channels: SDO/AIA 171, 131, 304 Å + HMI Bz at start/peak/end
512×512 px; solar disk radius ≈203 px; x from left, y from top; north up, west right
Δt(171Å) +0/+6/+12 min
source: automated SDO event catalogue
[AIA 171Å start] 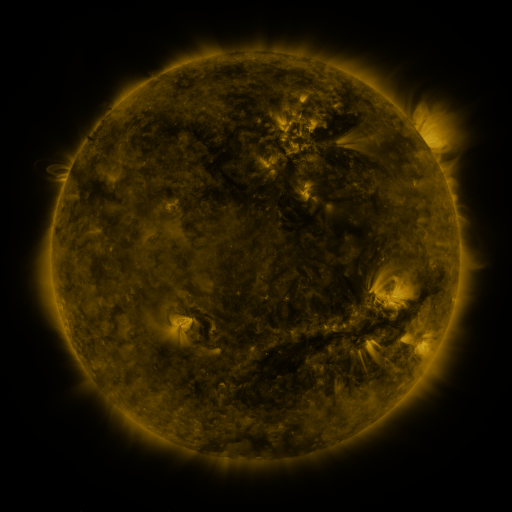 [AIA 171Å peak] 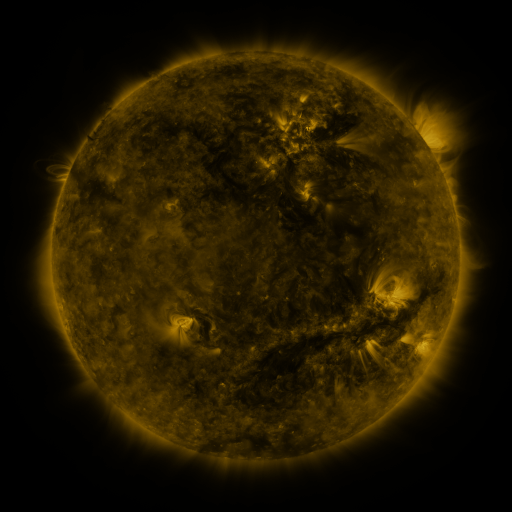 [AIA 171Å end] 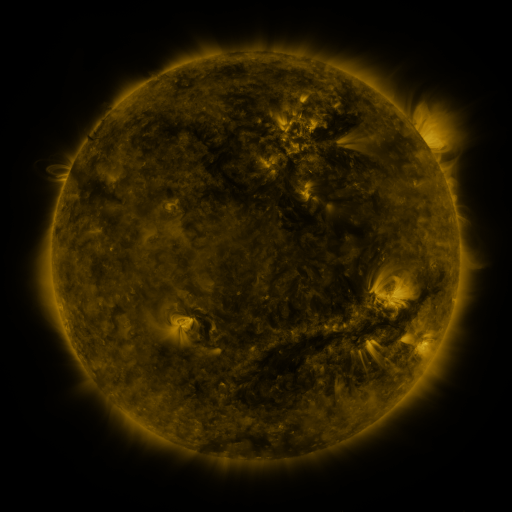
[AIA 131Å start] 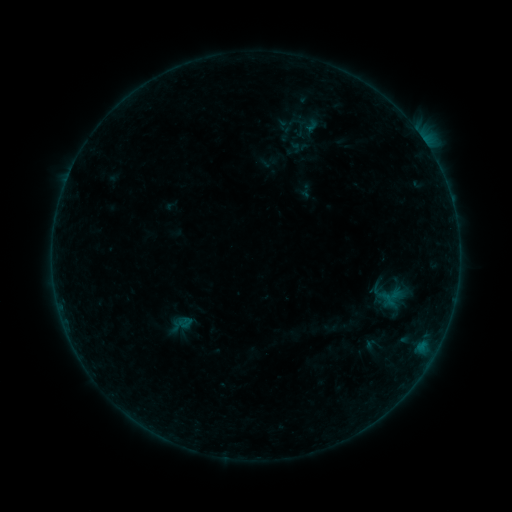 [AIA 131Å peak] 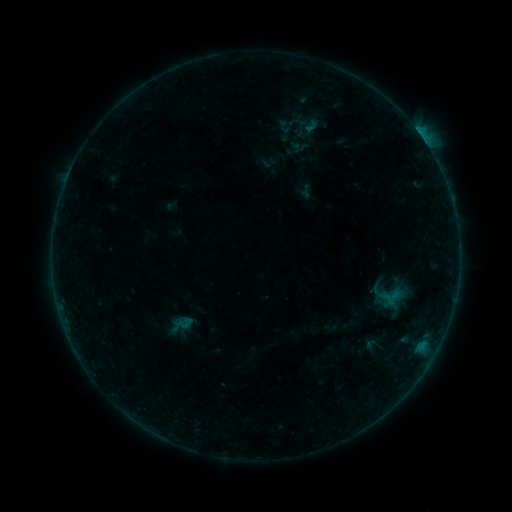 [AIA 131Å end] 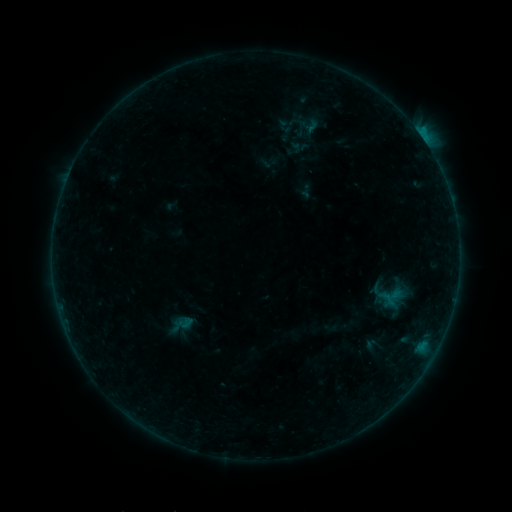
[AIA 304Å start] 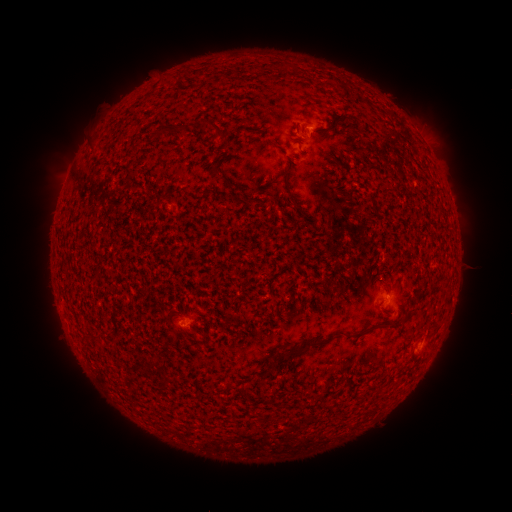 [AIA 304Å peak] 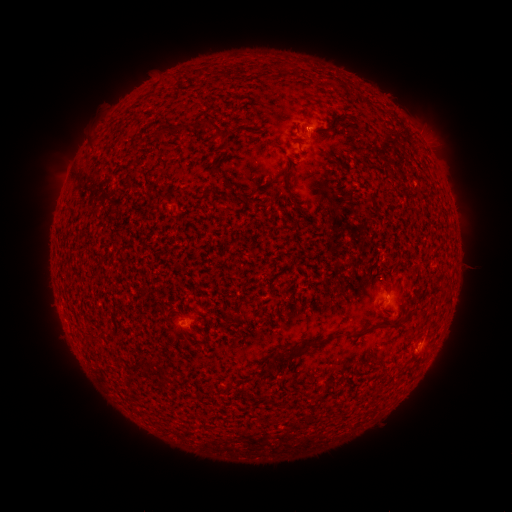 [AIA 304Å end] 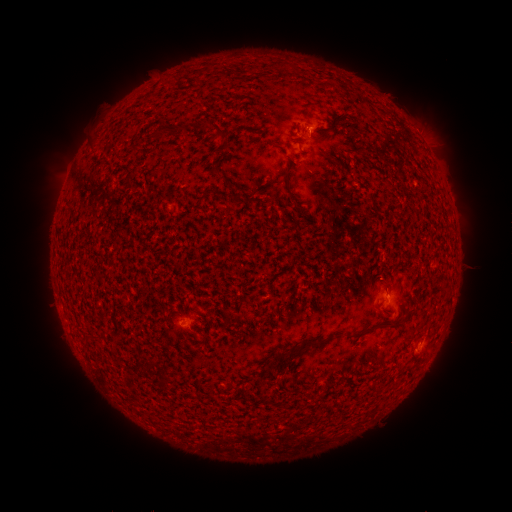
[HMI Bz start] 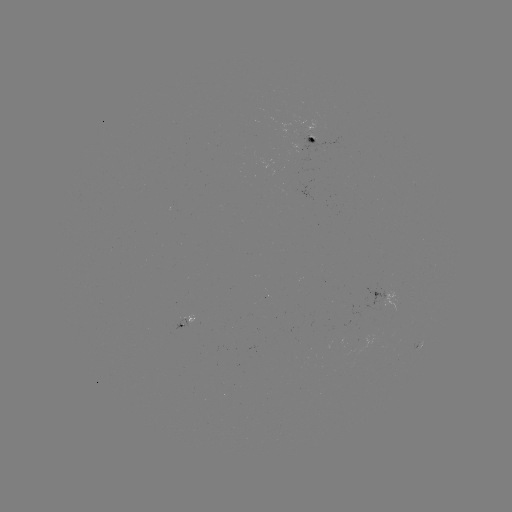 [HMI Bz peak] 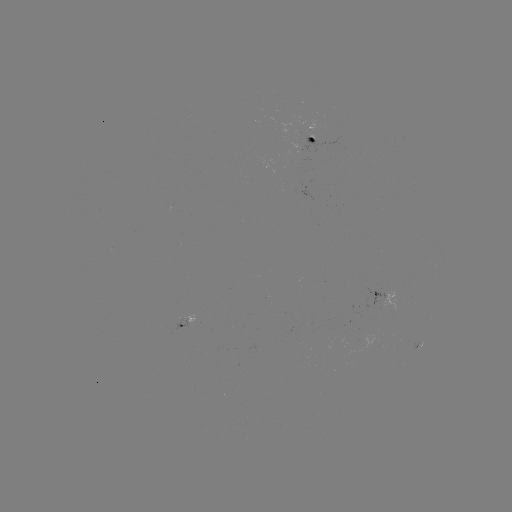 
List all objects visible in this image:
B5.1 flare: (308, 131)
